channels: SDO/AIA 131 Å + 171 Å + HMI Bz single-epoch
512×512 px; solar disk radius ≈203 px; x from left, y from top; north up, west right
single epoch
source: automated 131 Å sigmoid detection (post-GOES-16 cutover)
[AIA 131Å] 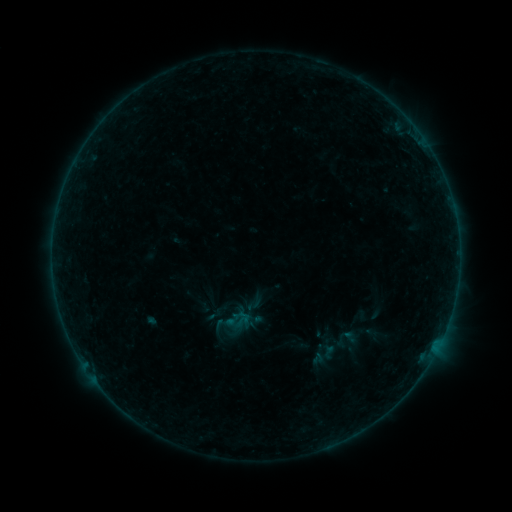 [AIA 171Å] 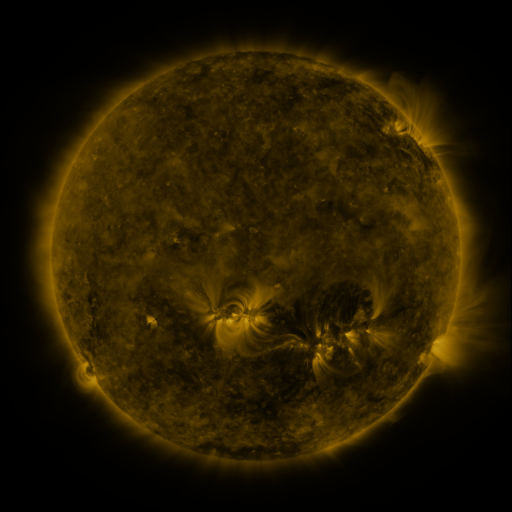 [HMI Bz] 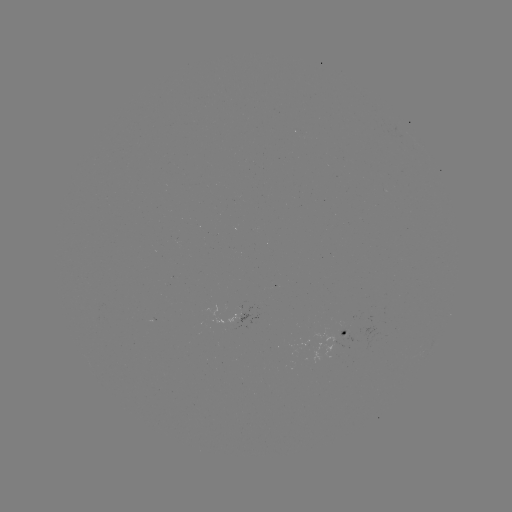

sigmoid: [205, 306, 224, 323]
